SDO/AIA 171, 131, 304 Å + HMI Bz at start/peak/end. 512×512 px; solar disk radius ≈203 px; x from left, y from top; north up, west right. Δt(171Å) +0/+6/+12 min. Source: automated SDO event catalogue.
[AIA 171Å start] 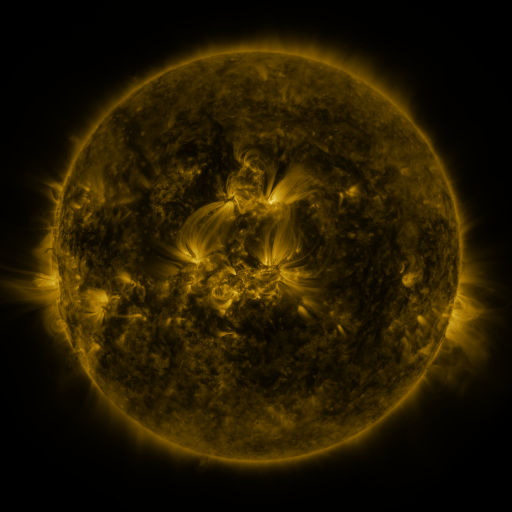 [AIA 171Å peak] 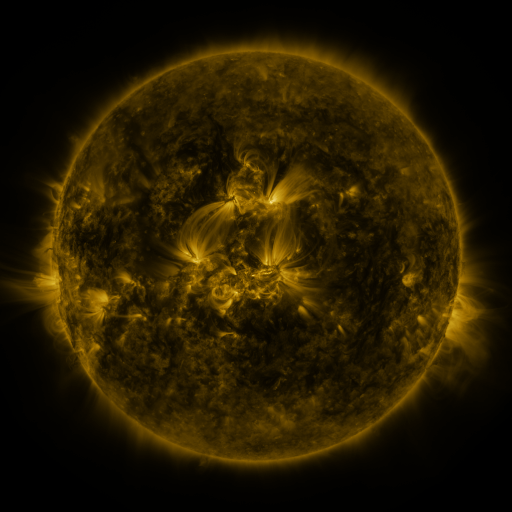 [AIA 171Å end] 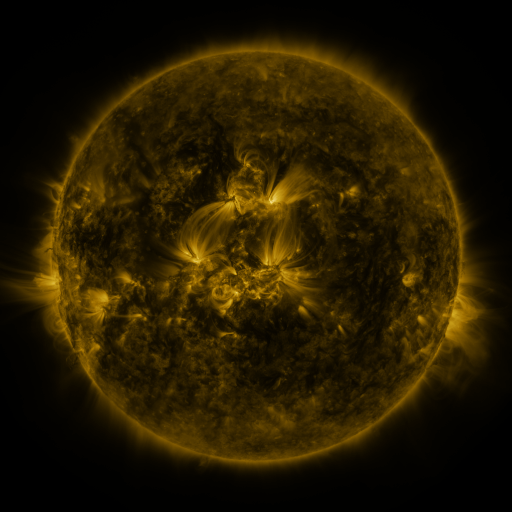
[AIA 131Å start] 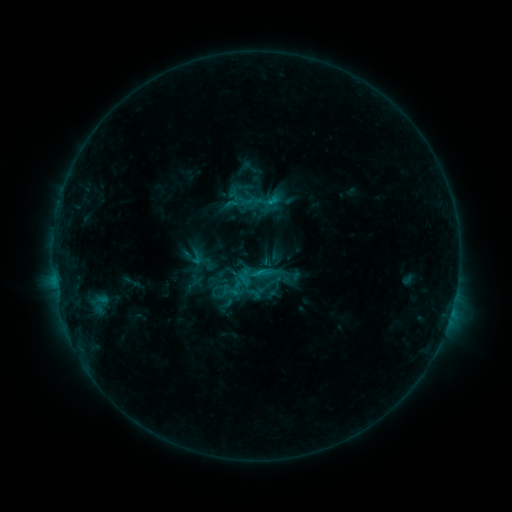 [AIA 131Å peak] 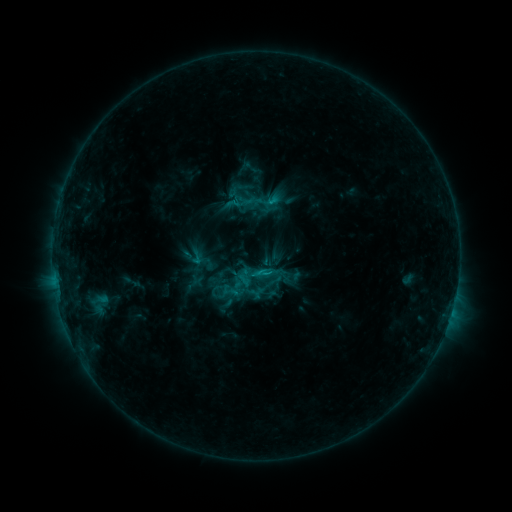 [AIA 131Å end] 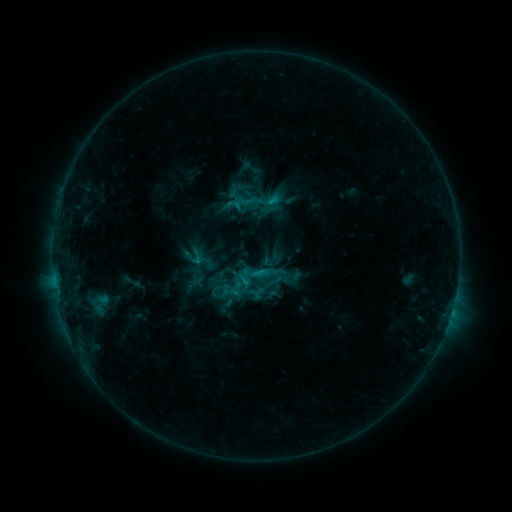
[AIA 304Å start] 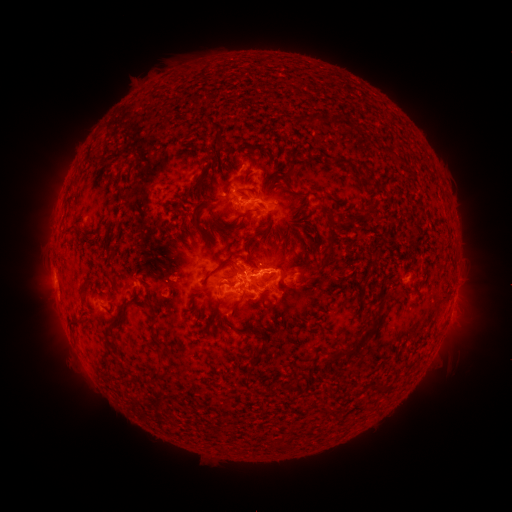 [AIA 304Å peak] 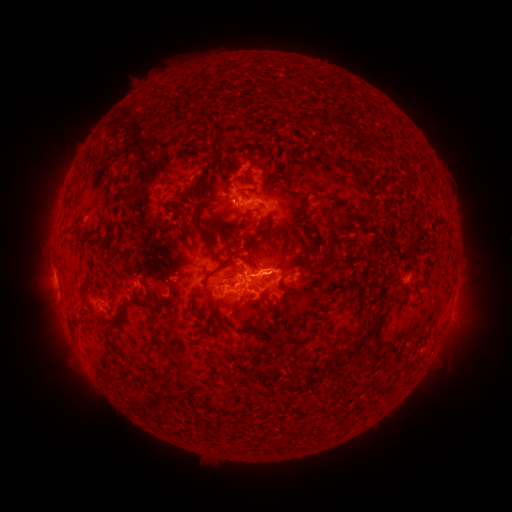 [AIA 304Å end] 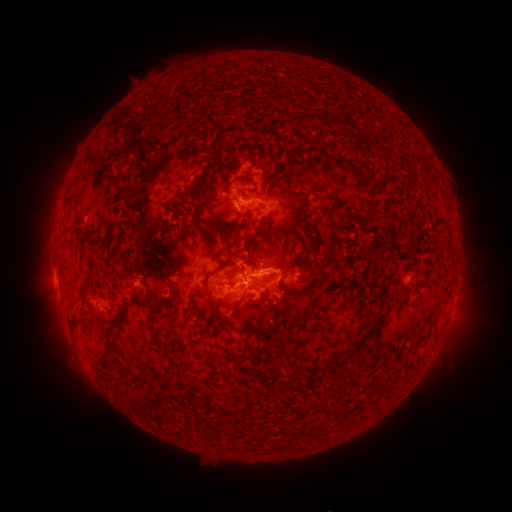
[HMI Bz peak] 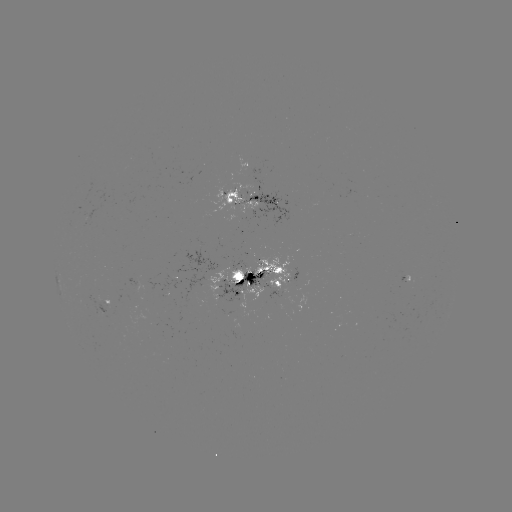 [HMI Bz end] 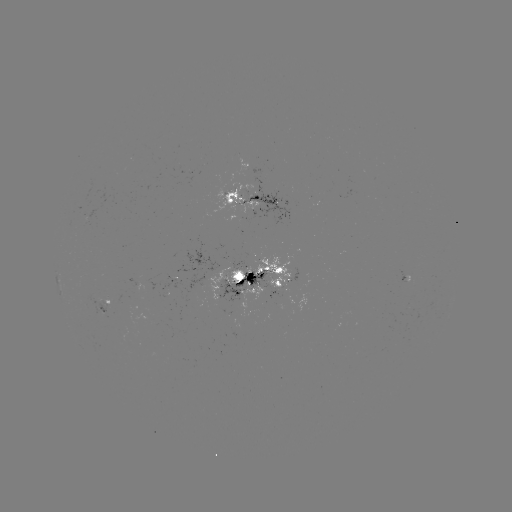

nothing was catalogued: no classed flare, no EUV trigger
